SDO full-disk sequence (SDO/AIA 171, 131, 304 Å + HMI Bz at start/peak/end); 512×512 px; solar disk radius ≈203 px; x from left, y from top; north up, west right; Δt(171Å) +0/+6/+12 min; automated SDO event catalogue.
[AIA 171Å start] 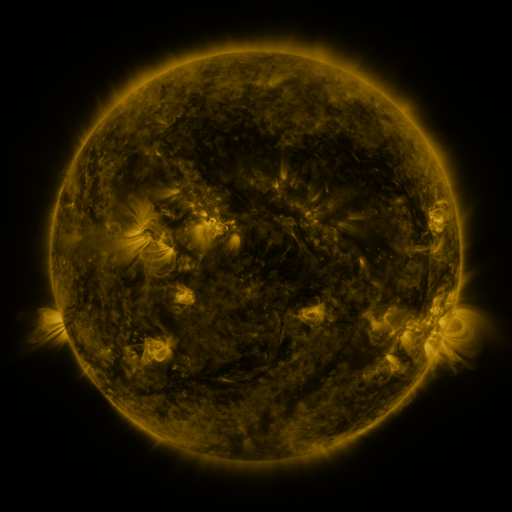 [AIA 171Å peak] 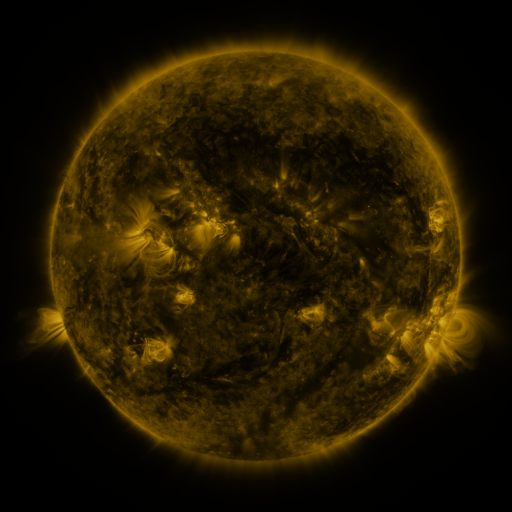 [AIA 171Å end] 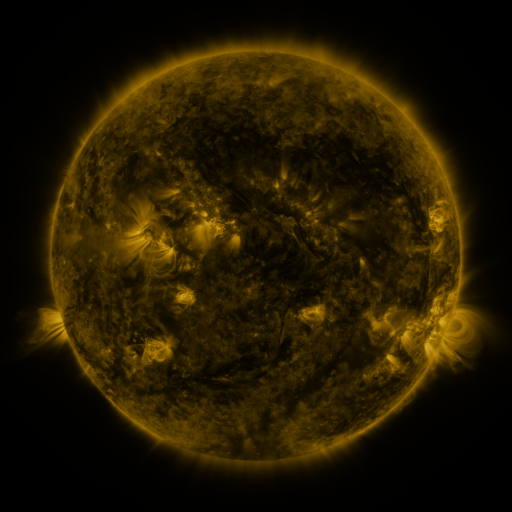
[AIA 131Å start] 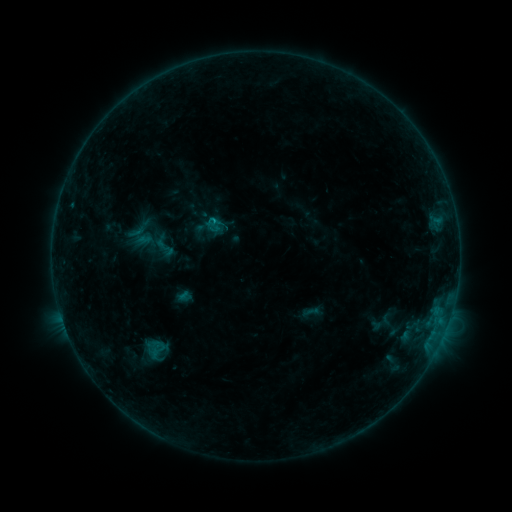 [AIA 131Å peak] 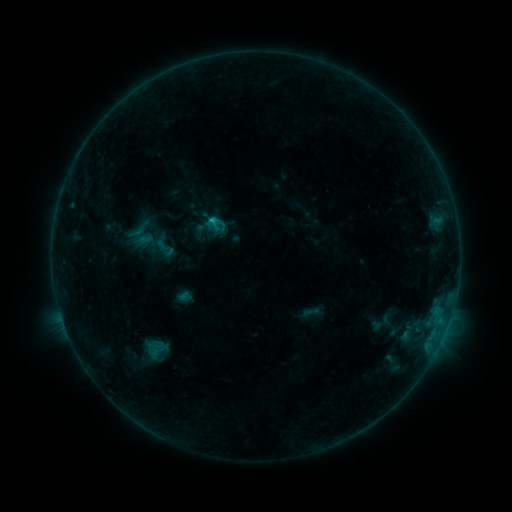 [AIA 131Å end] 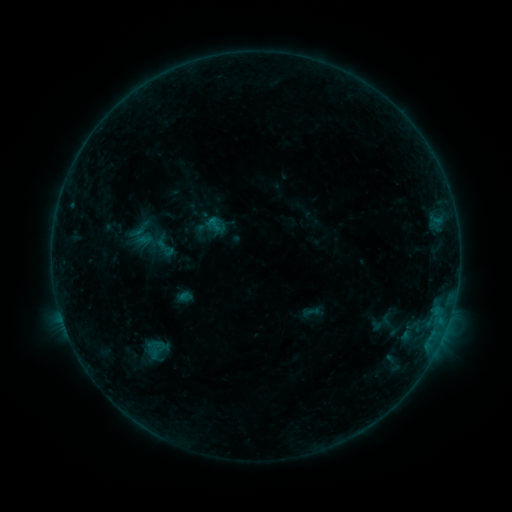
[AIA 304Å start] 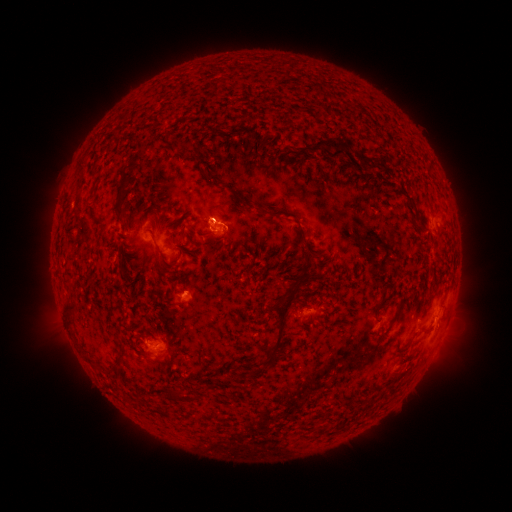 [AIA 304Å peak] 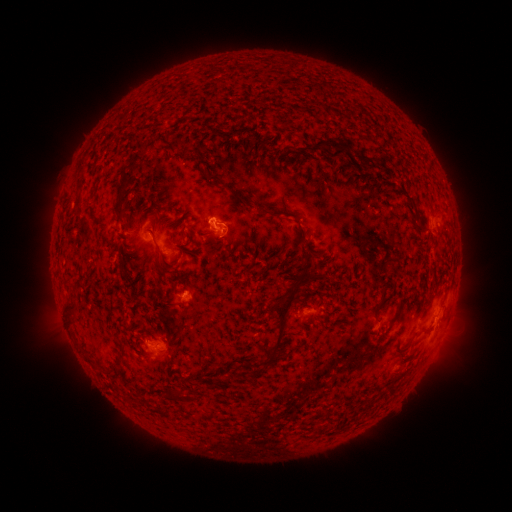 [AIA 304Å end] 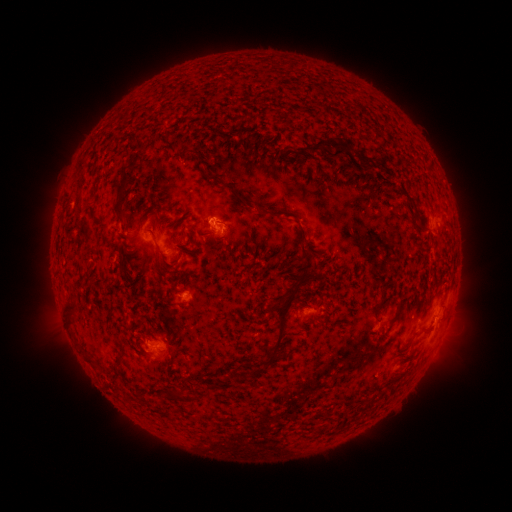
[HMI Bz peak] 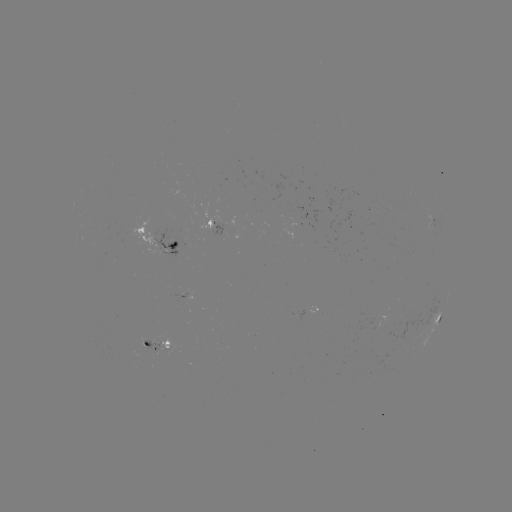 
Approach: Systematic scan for B6.1 flare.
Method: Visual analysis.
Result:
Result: B6.1 flare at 211,223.